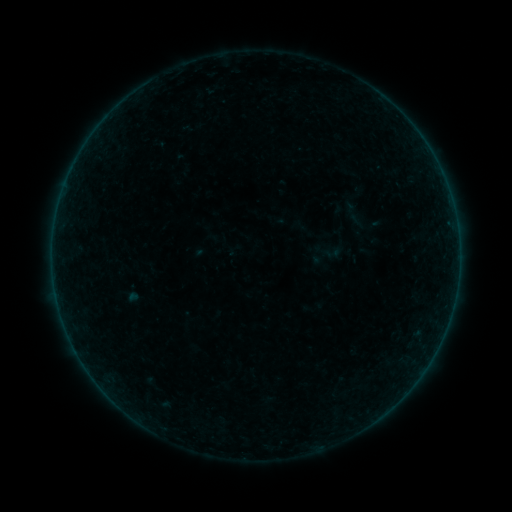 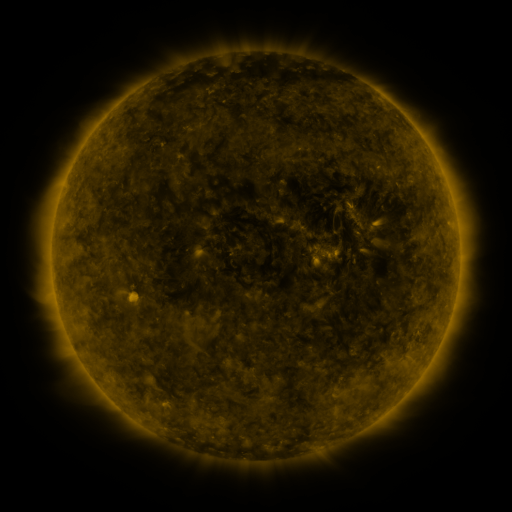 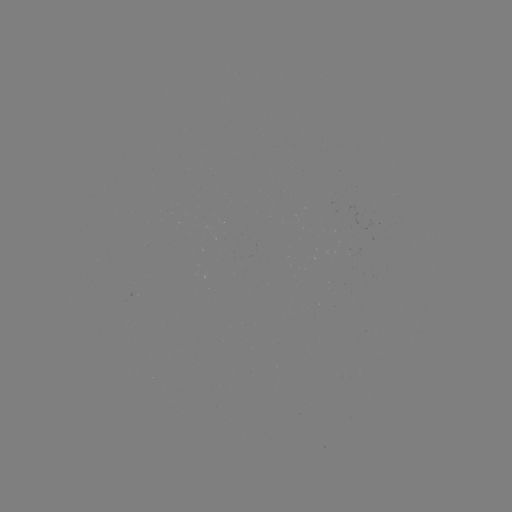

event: sigmoid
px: (333, 253)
